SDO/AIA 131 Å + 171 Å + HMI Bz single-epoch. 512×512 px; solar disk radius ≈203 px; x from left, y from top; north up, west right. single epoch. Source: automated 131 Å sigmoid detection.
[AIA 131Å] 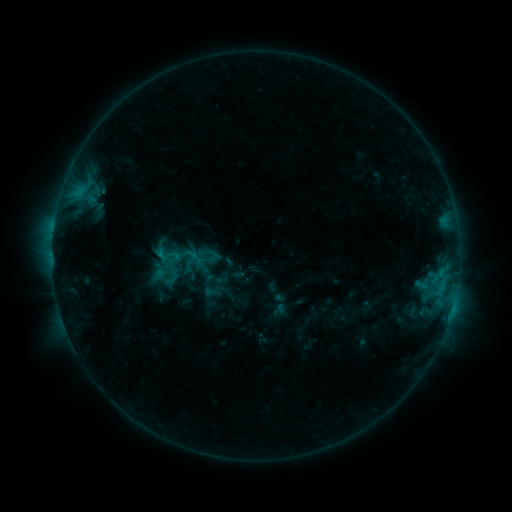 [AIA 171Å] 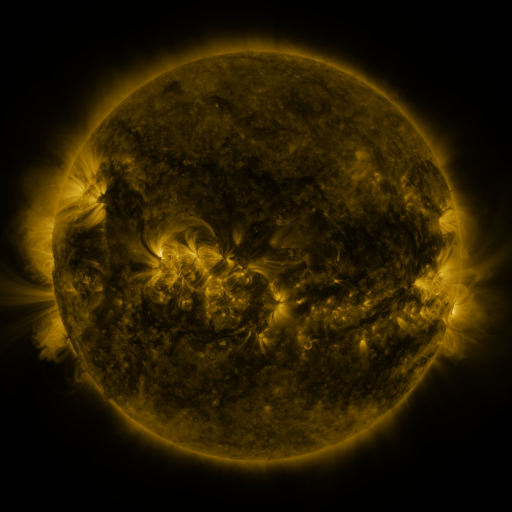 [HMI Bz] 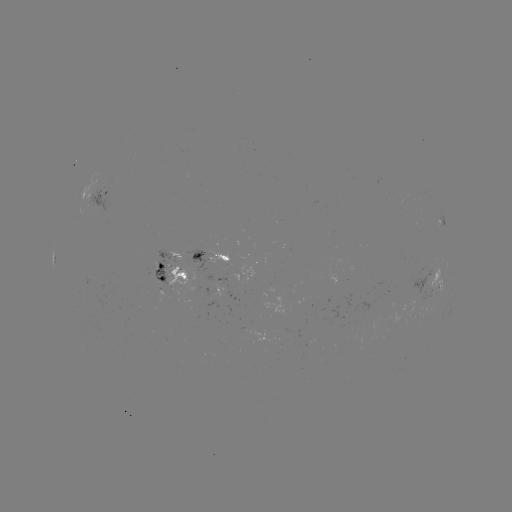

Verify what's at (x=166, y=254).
sigmoid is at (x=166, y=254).